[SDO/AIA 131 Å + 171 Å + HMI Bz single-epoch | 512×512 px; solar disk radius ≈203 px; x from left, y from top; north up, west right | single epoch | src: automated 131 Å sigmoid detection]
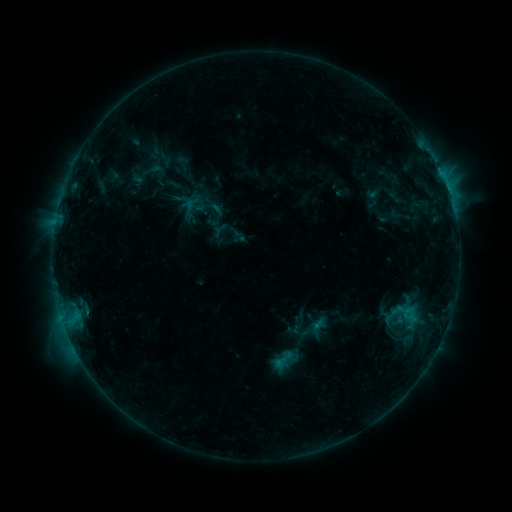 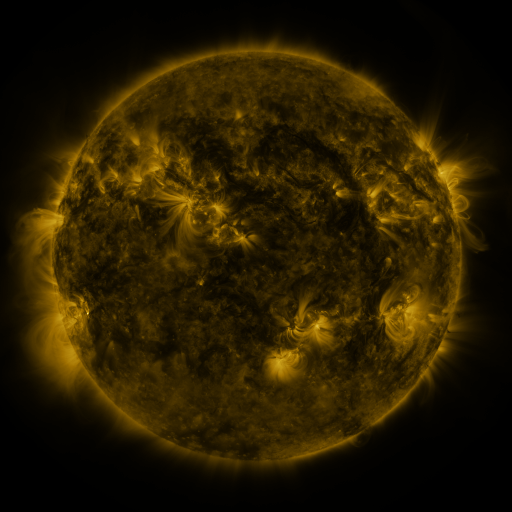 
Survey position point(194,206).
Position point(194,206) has sigmoid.